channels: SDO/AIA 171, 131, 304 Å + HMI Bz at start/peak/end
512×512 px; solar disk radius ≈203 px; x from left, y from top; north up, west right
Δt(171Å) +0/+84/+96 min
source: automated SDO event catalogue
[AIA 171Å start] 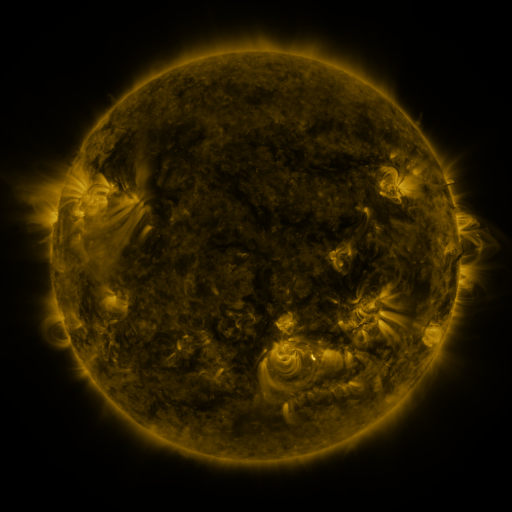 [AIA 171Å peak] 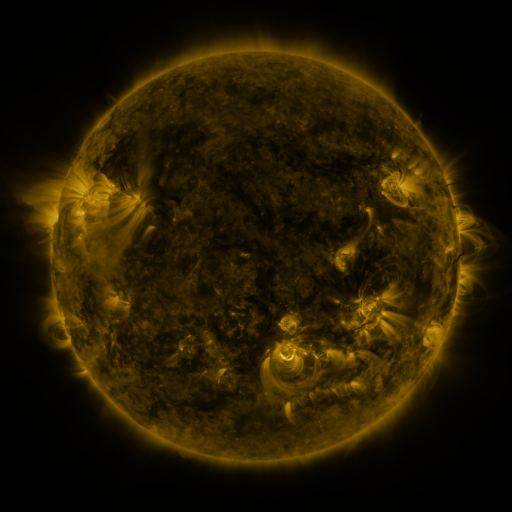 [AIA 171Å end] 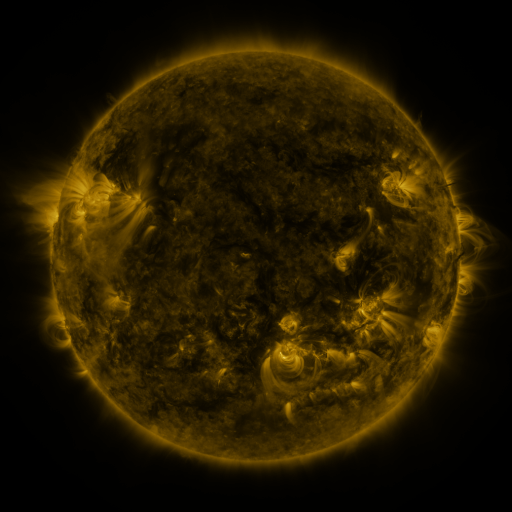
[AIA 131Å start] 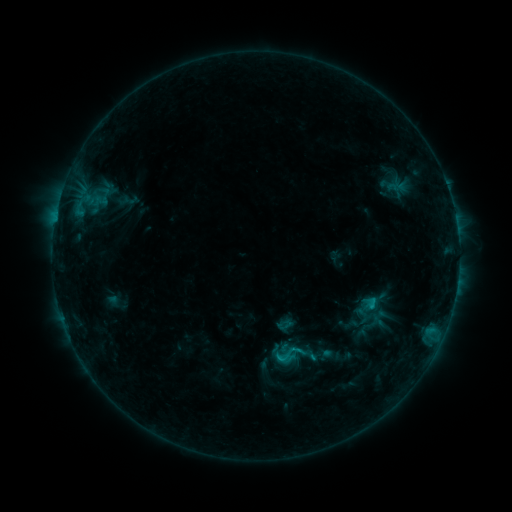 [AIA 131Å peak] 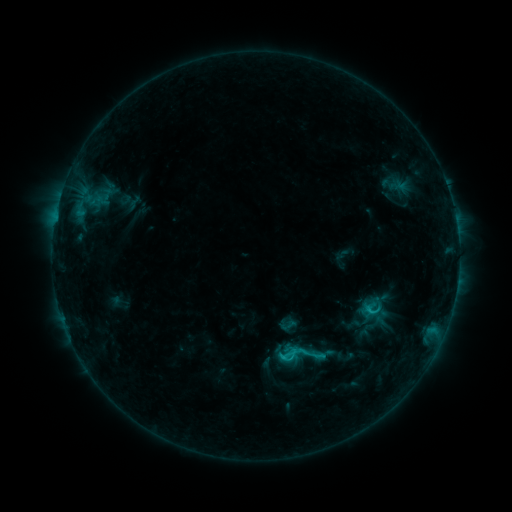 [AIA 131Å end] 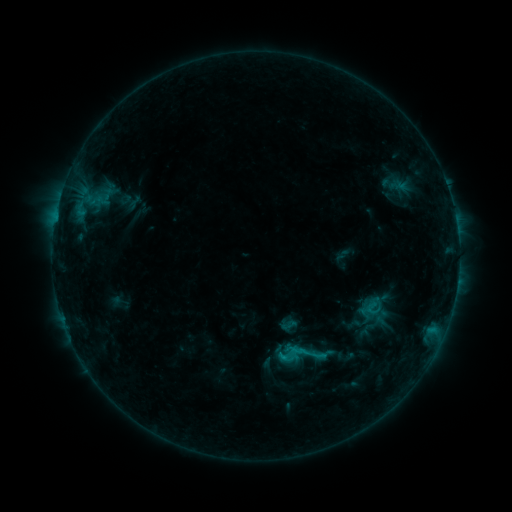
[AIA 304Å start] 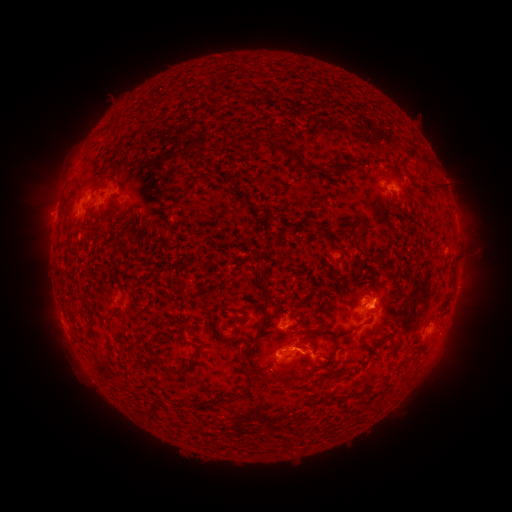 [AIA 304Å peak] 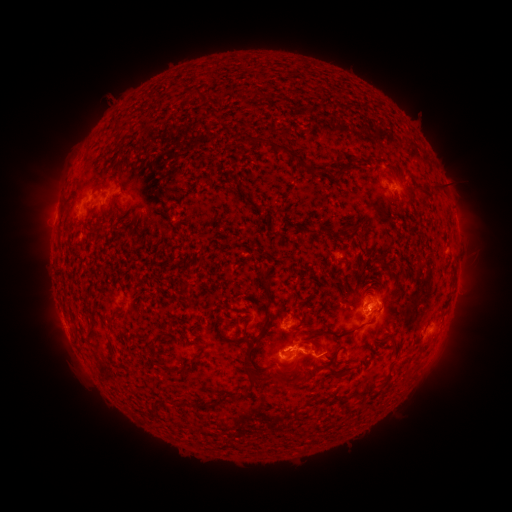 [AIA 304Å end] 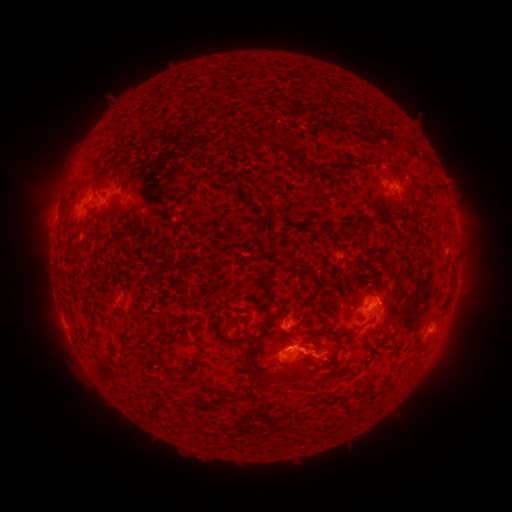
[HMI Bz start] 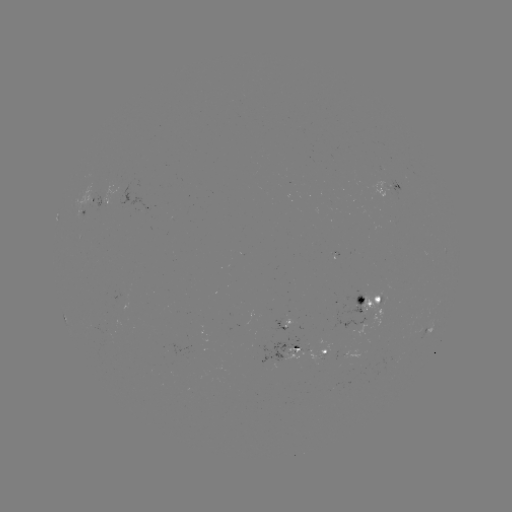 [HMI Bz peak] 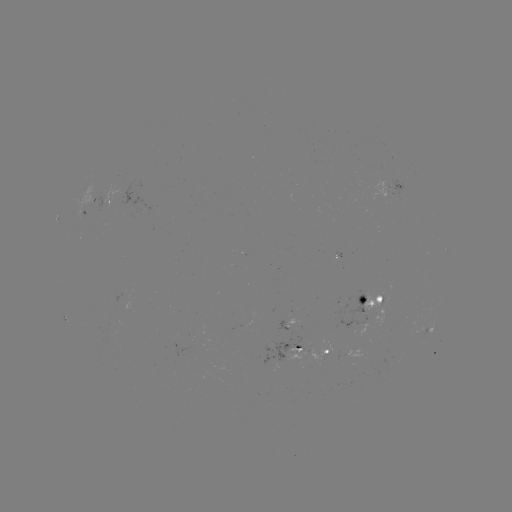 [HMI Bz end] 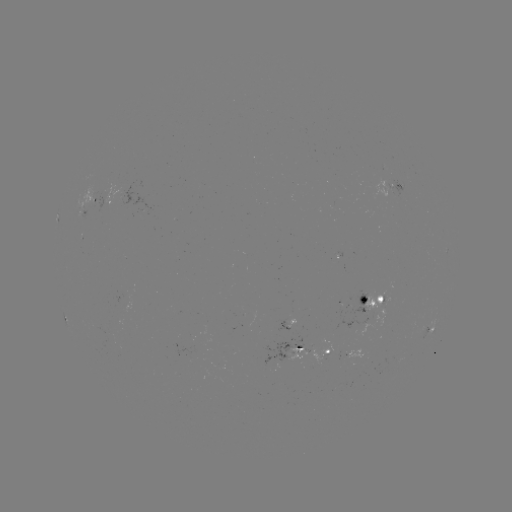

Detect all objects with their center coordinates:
emerging-flux region: (363, 298)
